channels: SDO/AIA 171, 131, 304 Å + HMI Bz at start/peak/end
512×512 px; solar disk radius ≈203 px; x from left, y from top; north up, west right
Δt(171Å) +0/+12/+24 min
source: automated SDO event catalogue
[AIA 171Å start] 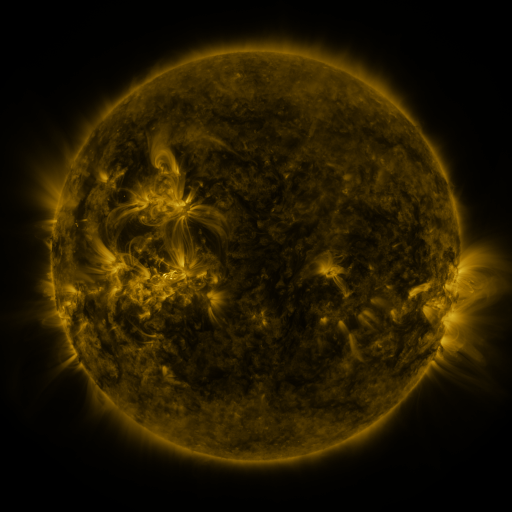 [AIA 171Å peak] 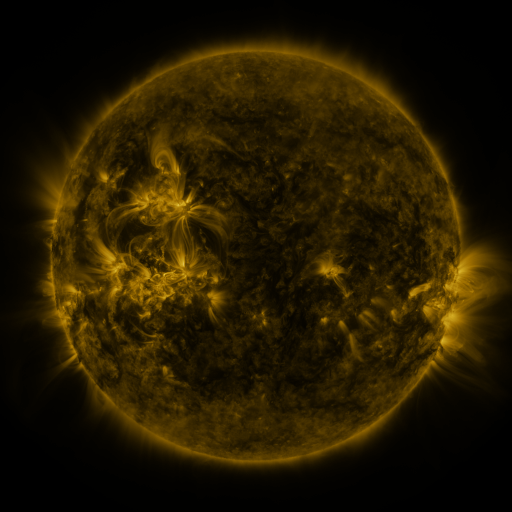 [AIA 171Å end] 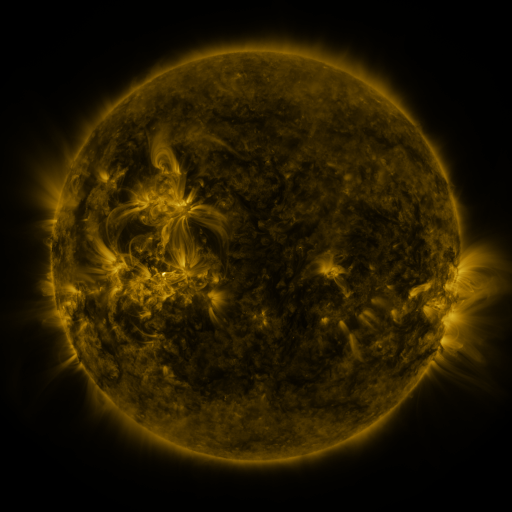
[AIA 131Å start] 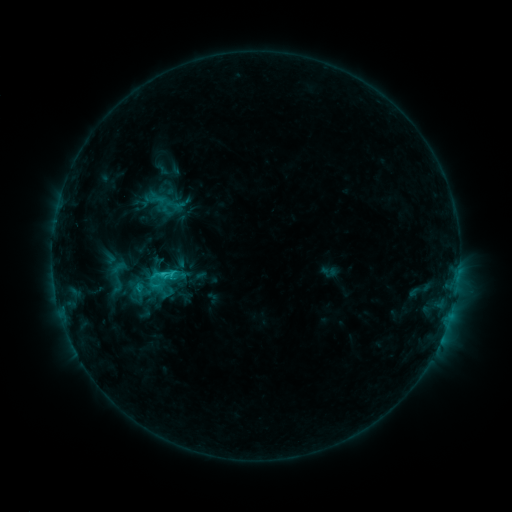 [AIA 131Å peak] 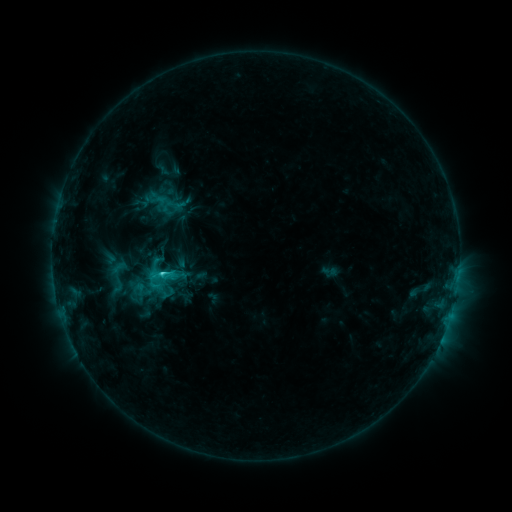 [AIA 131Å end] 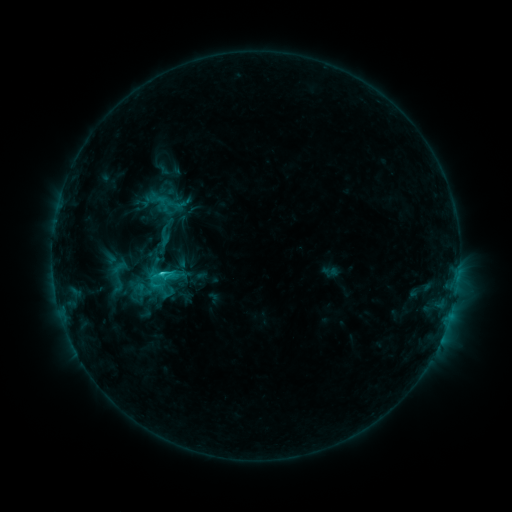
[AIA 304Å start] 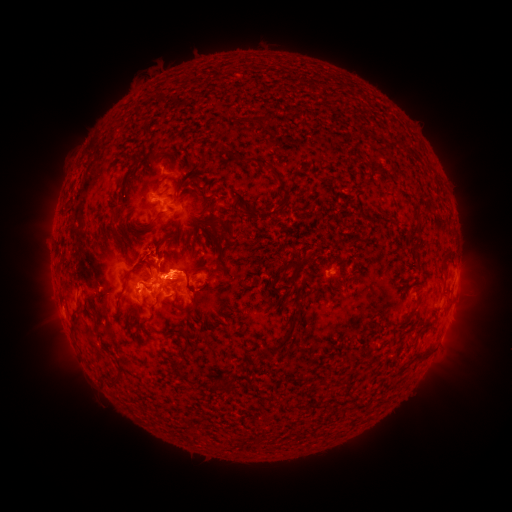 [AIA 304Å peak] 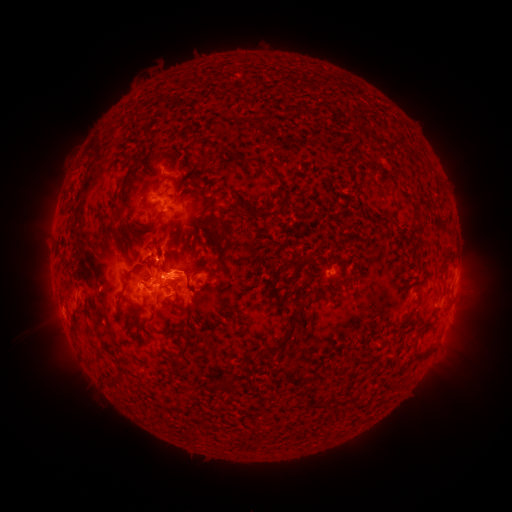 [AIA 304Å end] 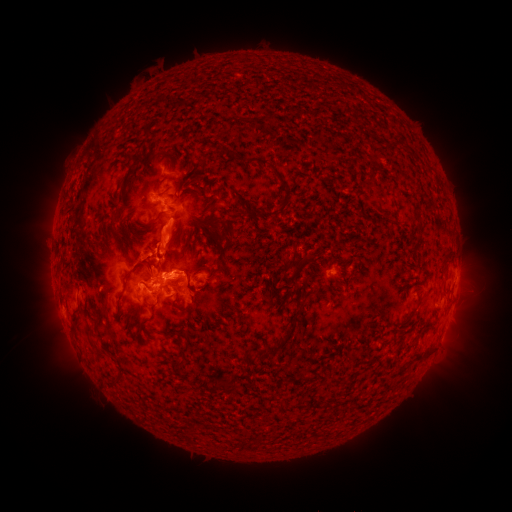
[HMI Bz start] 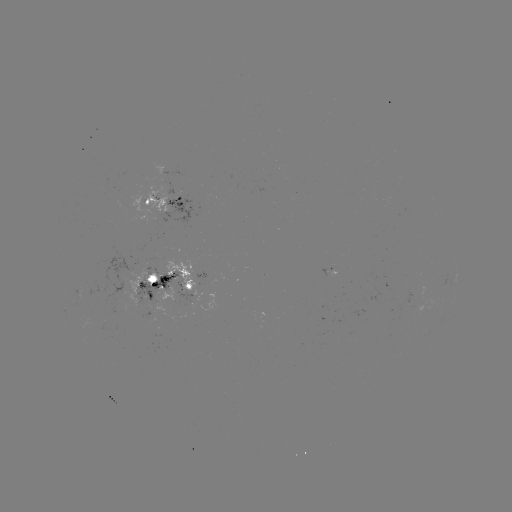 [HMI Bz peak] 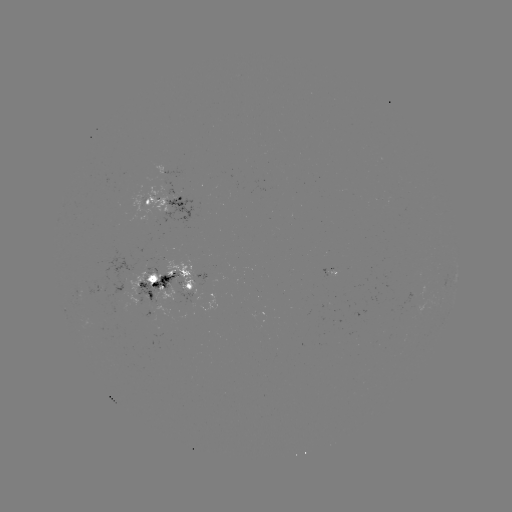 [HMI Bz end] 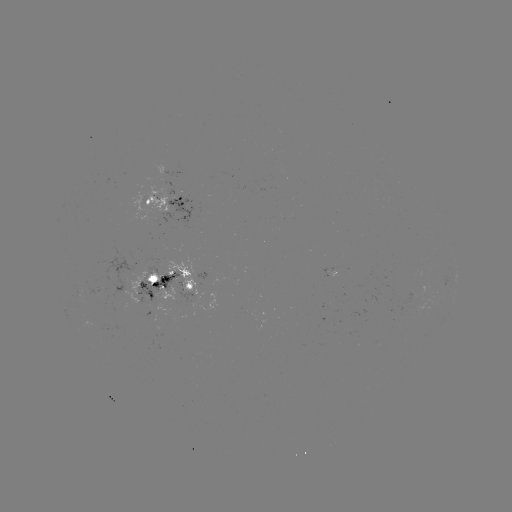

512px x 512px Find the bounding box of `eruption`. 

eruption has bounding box [144, 216, 187, 266].